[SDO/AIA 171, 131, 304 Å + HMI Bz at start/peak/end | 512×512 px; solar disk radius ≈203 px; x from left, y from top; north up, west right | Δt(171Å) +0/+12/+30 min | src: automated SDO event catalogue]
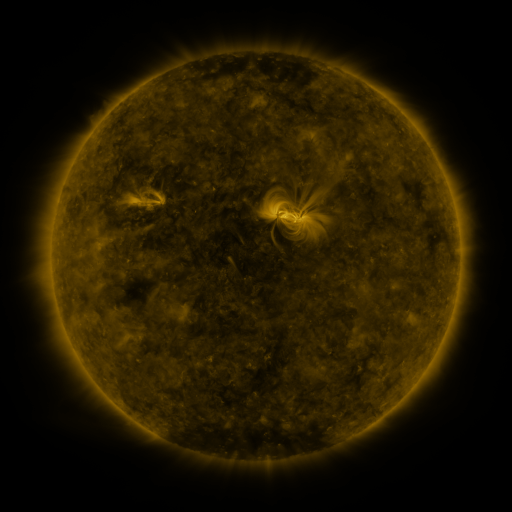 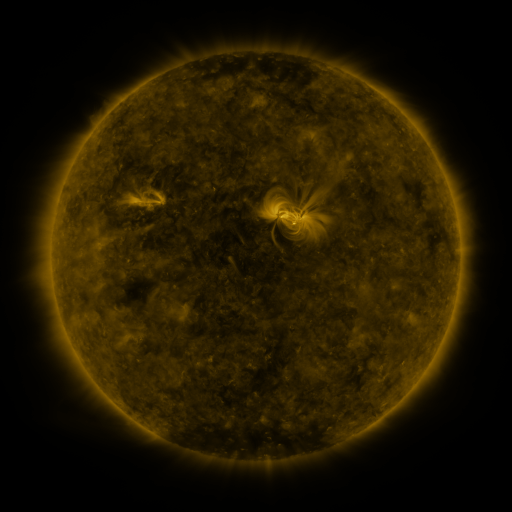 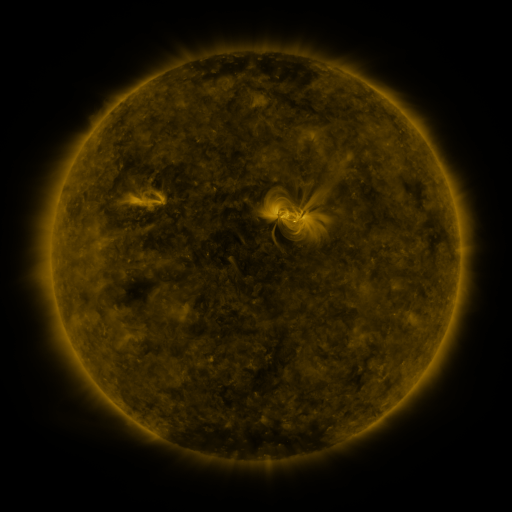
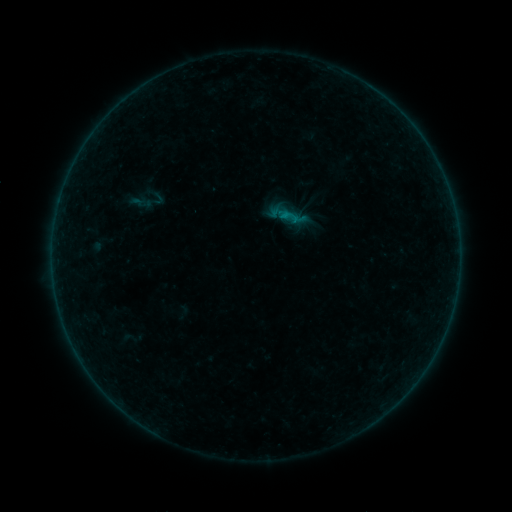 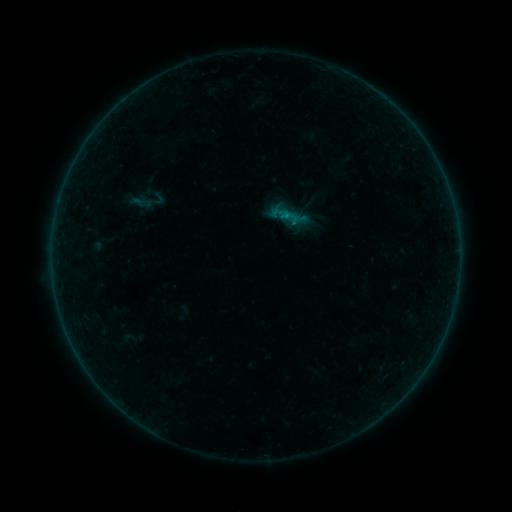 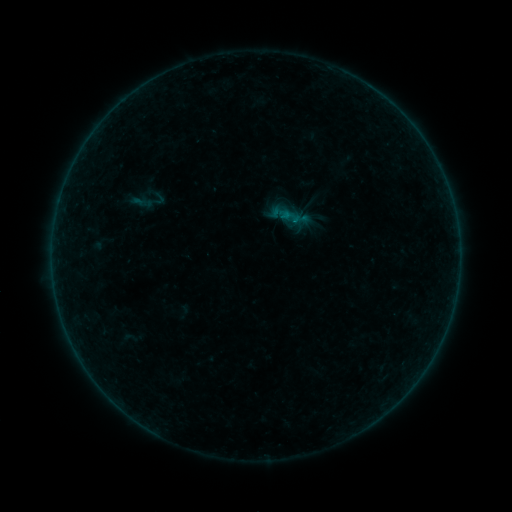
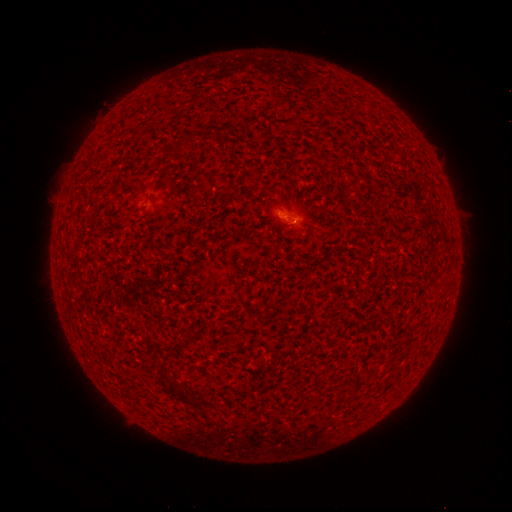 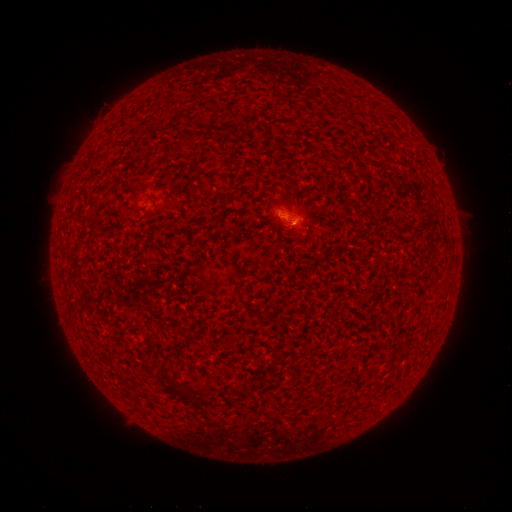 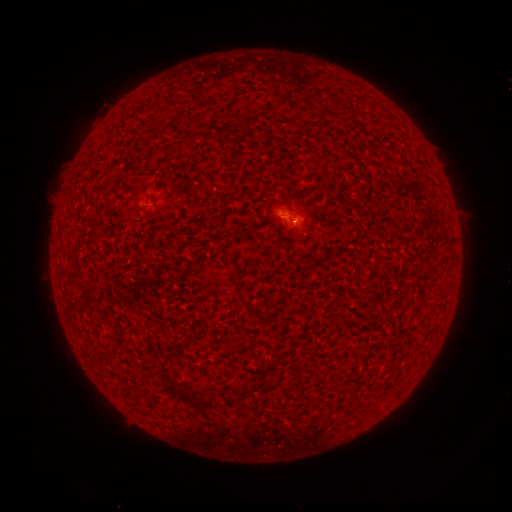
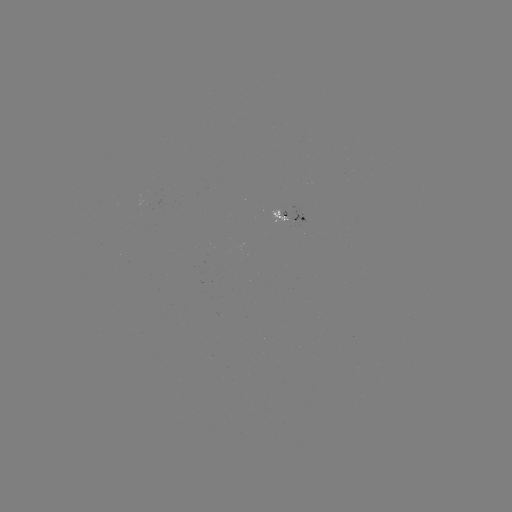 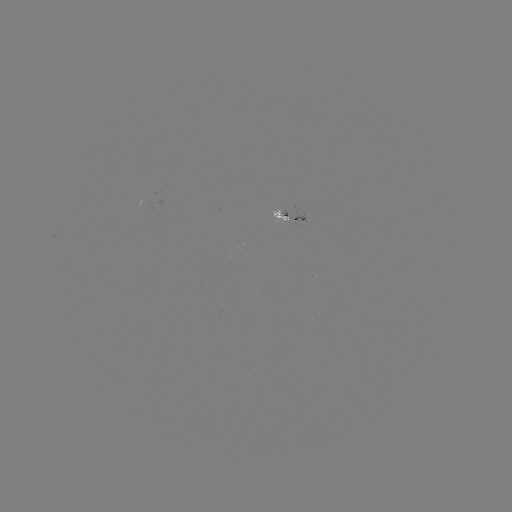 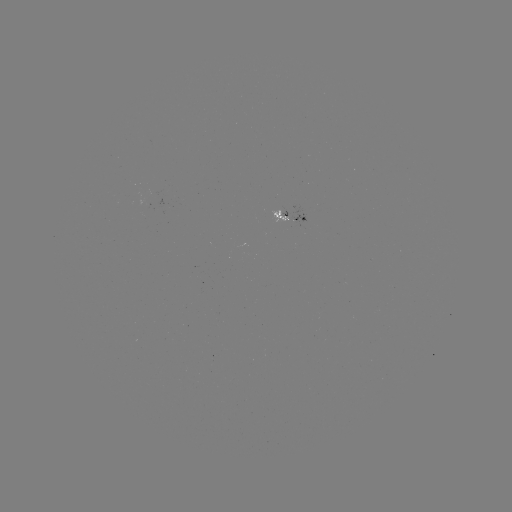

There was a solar flare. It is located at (284, 219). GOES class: B1.1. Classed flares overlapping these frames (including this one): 1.